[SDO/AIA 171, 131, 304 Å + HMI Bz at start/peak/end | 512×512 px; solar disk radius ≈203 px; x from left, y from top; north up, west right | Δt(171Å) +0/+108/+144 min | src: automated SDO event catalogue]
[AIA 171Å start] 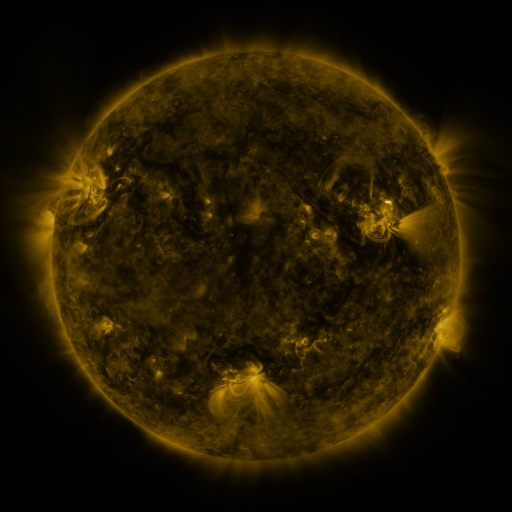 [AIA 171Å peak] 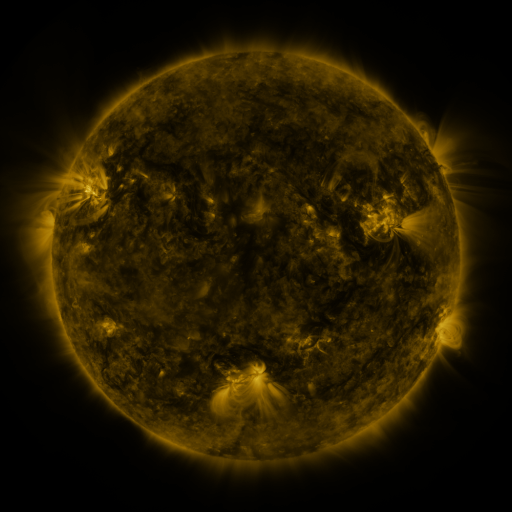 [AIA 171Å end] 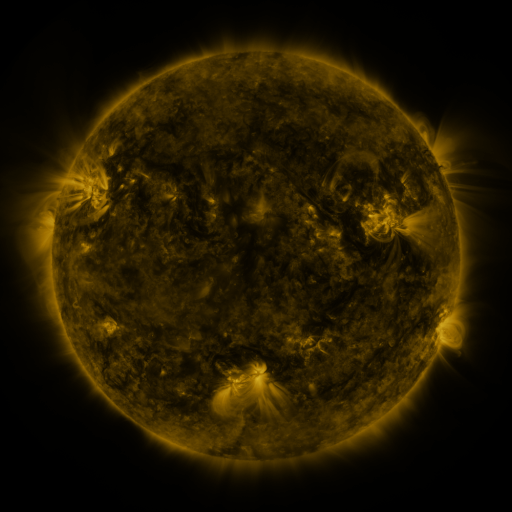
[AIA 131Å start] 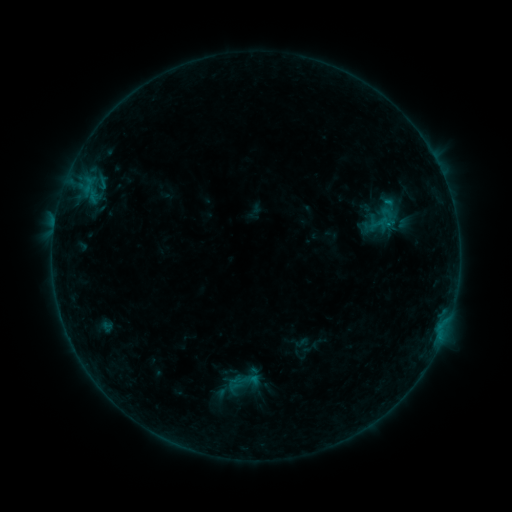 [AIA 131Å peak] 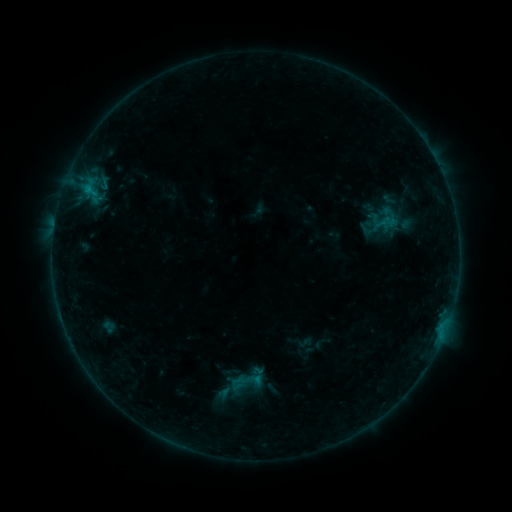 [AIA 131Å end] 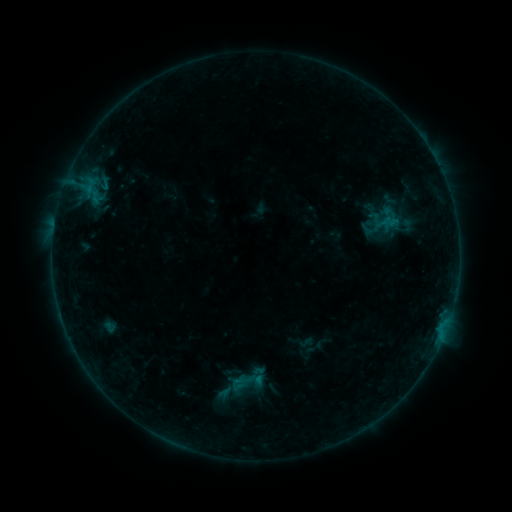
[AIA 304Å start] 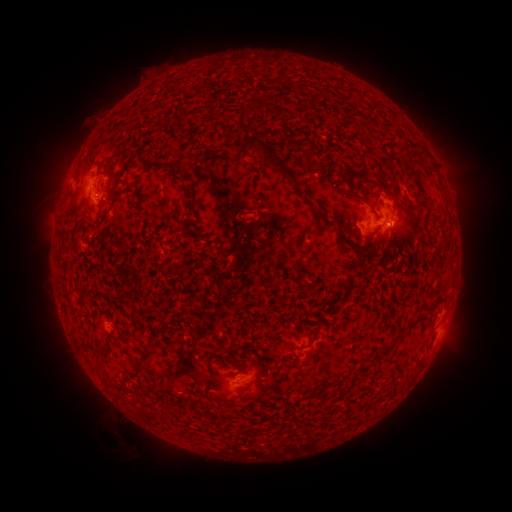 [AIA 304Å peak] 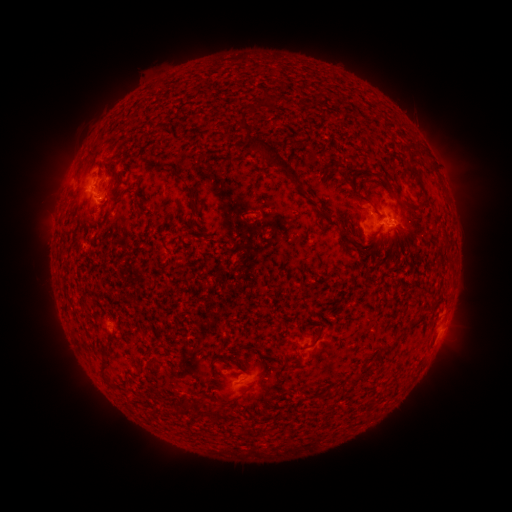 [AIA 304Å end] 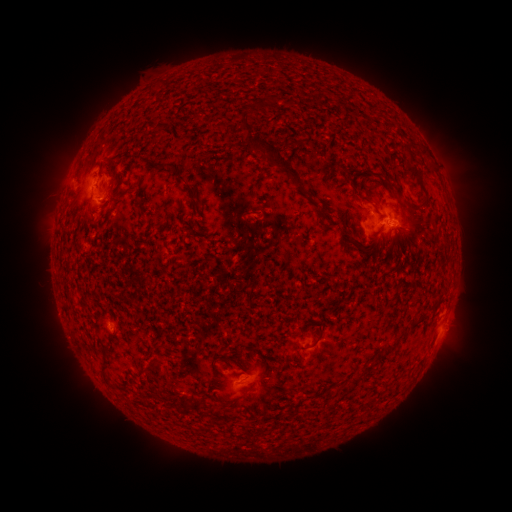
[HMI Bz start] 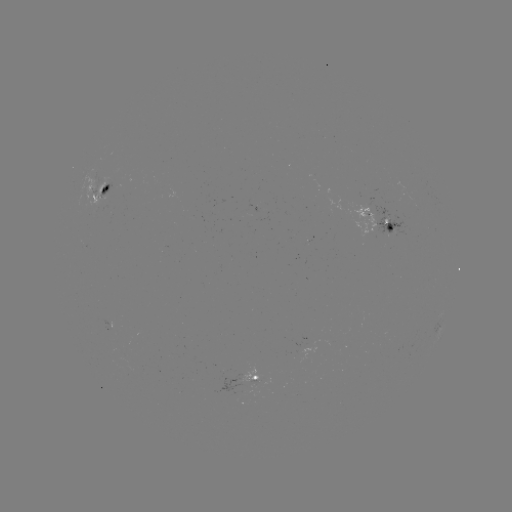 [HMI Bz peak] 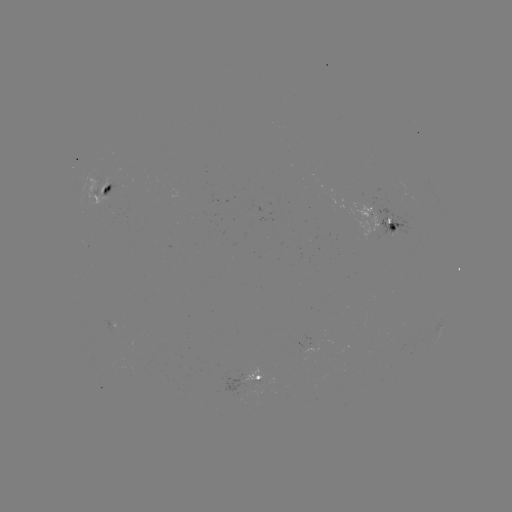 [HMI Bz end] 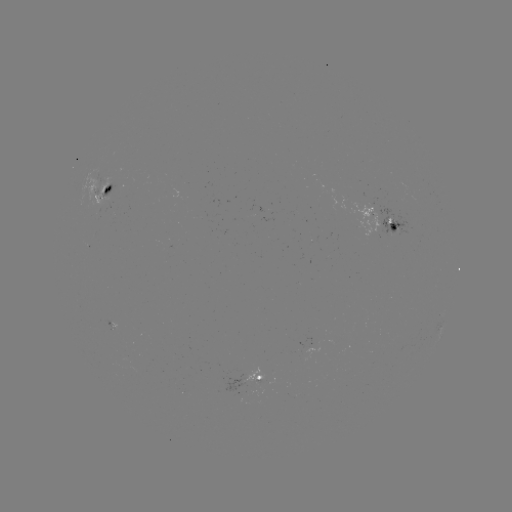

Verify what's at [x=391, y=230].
emerging-flux region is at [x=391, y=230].